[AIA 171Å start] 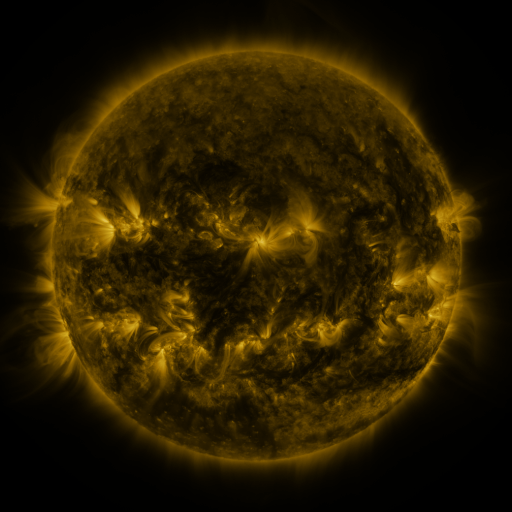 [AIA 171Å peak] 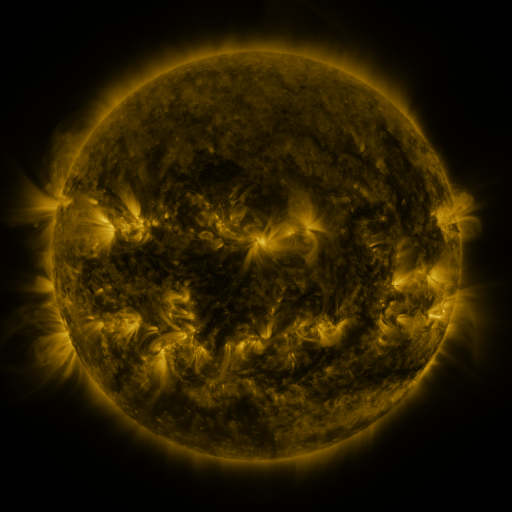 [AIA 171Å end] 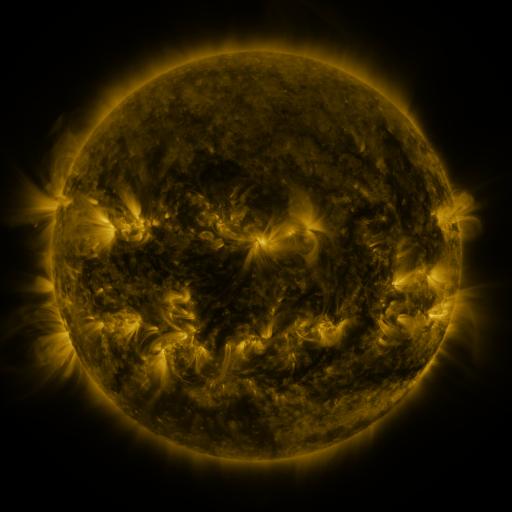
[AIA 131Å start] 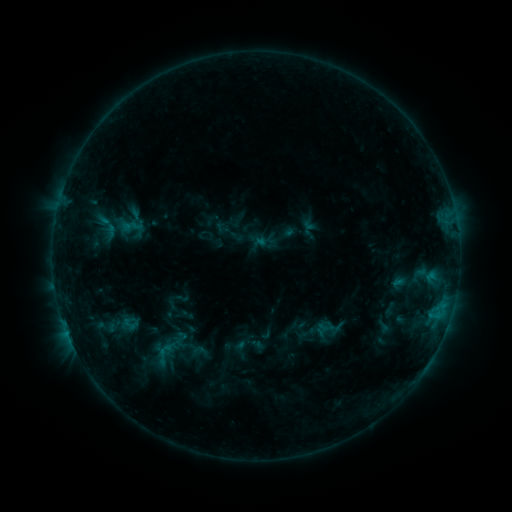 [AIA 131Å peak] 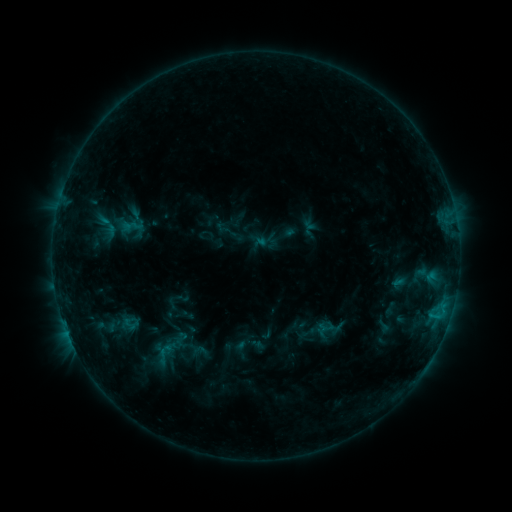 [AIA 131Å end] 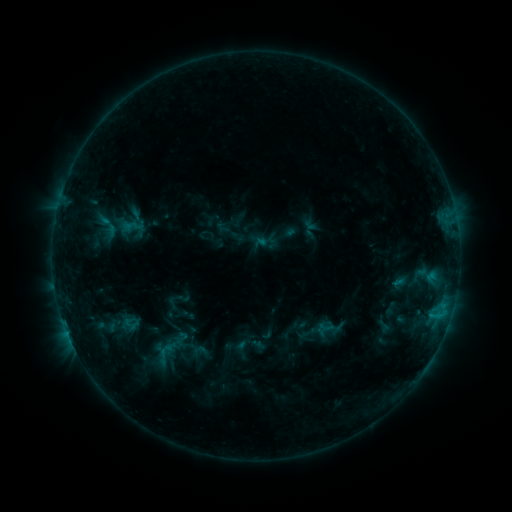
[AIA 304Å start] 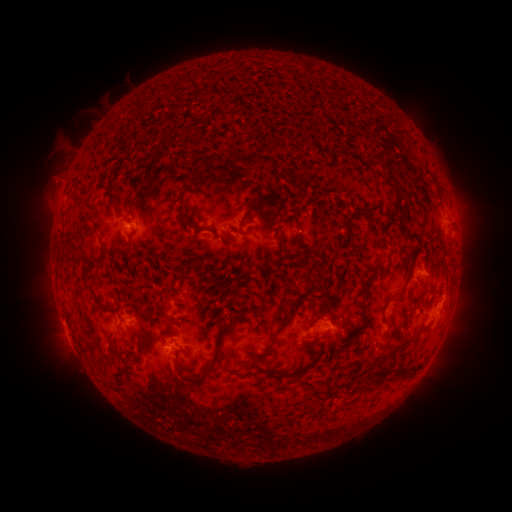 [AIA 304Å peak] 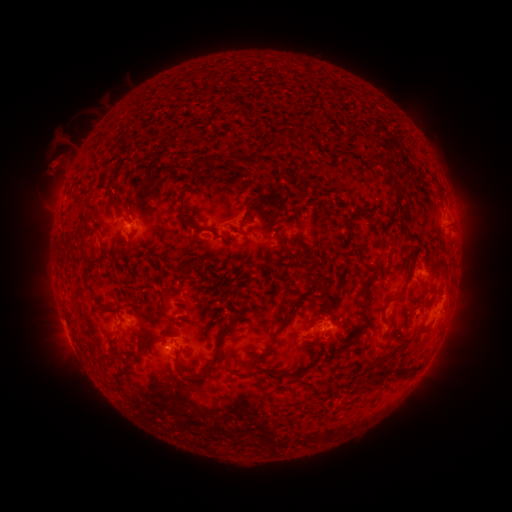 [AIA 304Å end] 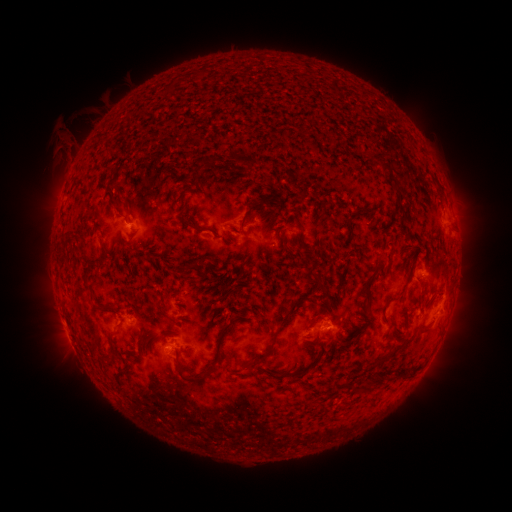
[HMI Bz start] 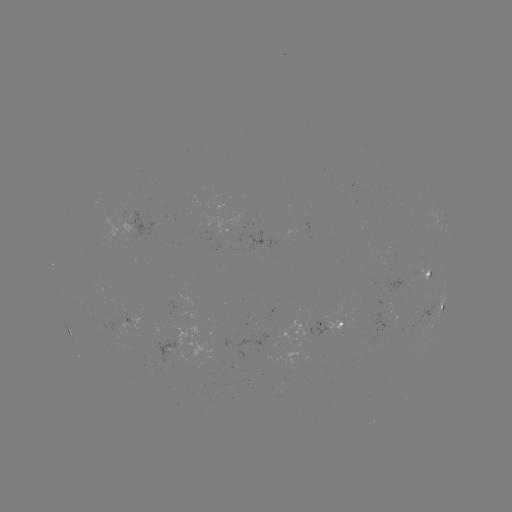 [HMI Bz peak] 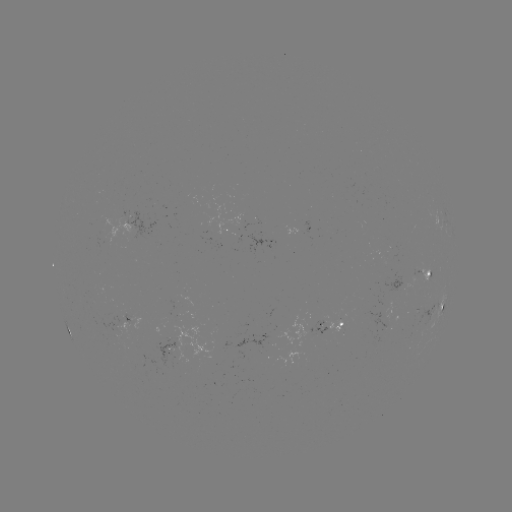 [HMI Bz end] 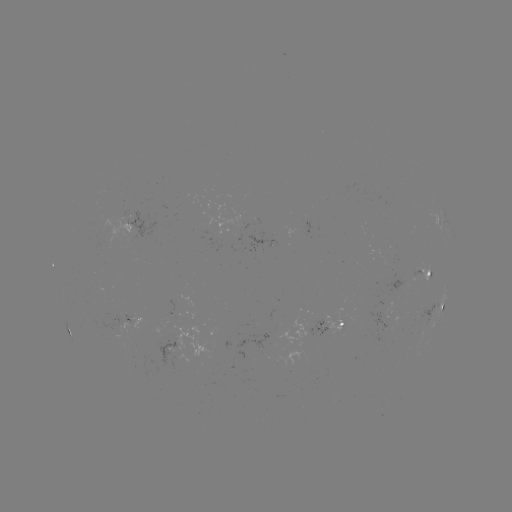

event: eruption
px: (60, 159)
